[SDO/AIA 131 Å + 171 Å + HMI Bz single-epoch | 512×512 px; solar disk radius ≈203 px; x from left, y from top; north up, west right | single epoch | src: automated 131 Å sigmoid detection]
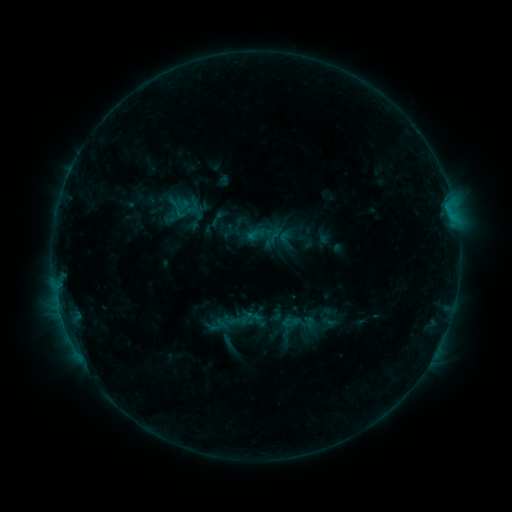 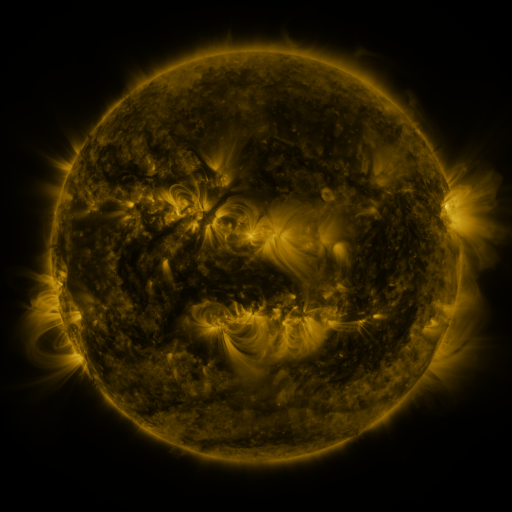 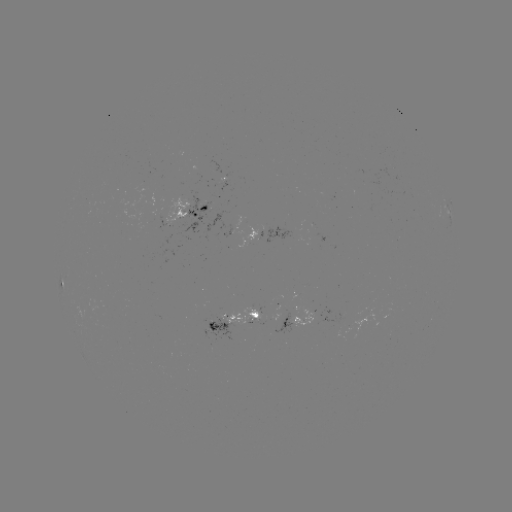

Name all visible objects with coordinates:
sigmoid: (207, 209, 227, 228)
sigmoid: (284, 315, 299, 329)
